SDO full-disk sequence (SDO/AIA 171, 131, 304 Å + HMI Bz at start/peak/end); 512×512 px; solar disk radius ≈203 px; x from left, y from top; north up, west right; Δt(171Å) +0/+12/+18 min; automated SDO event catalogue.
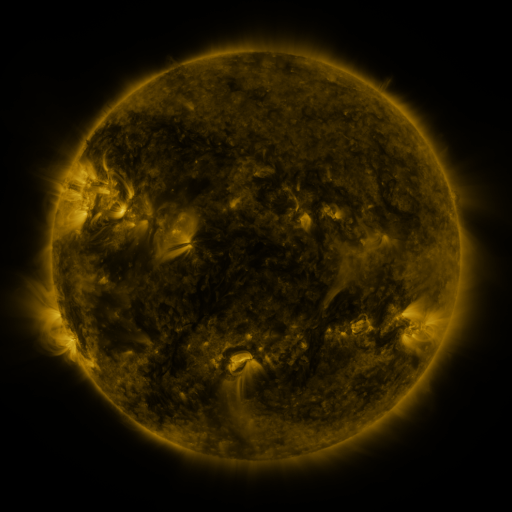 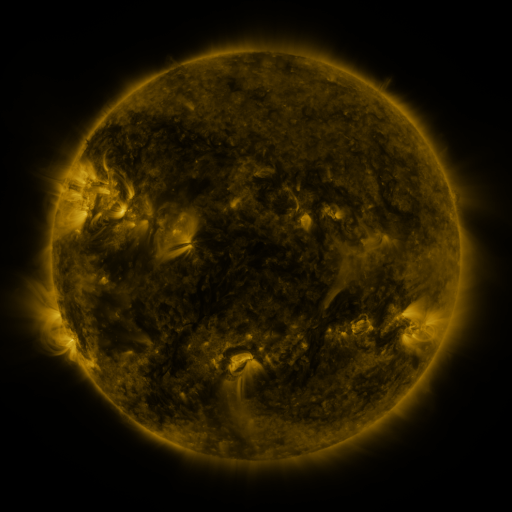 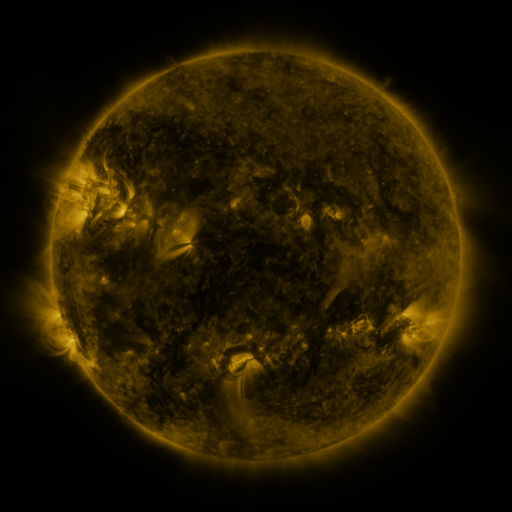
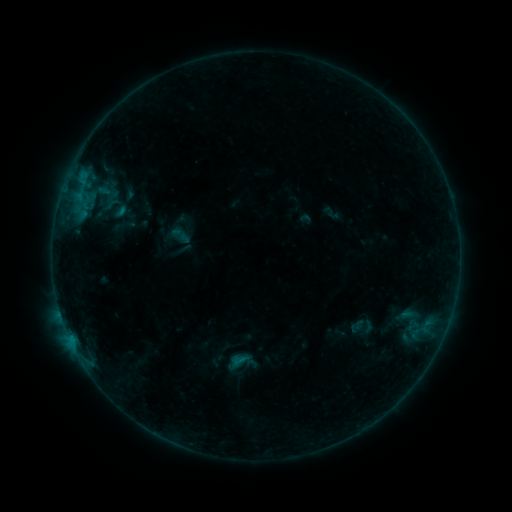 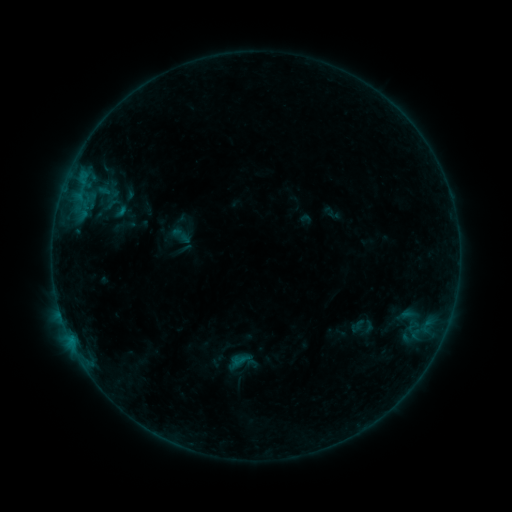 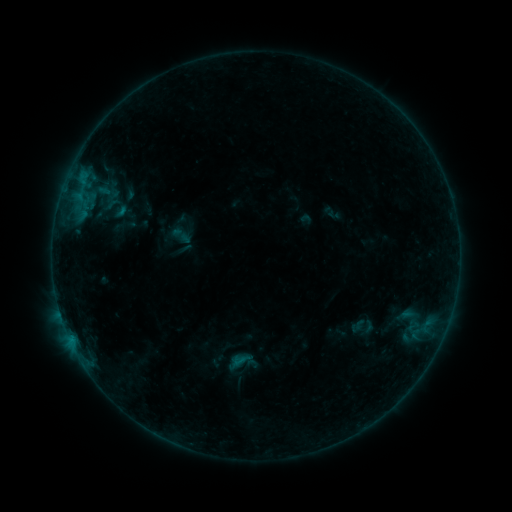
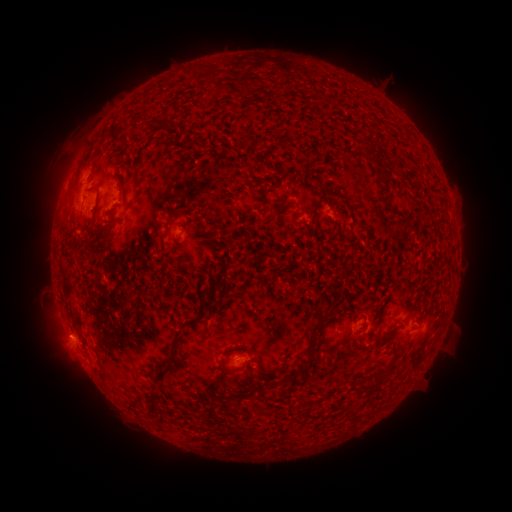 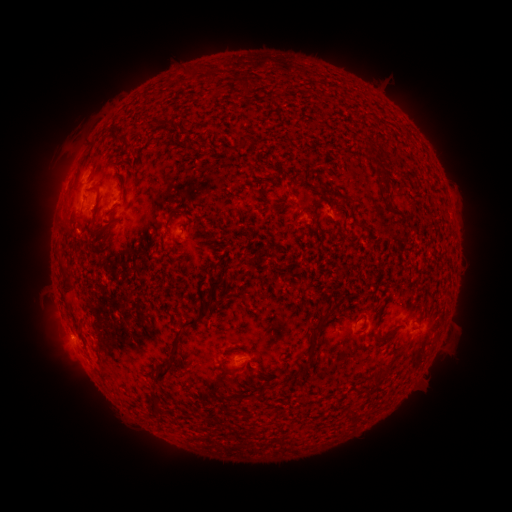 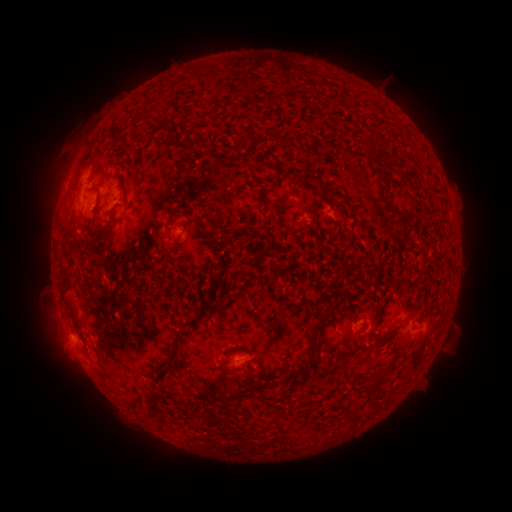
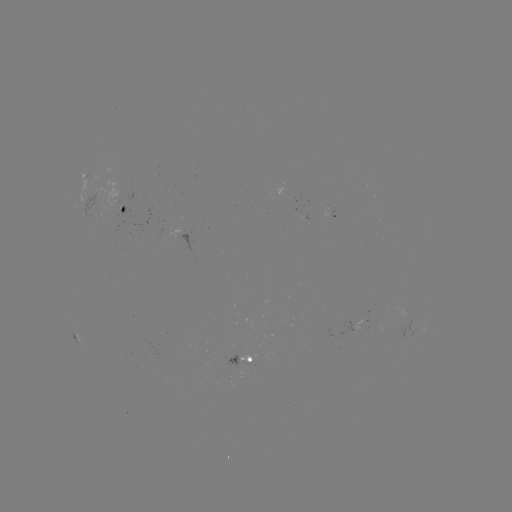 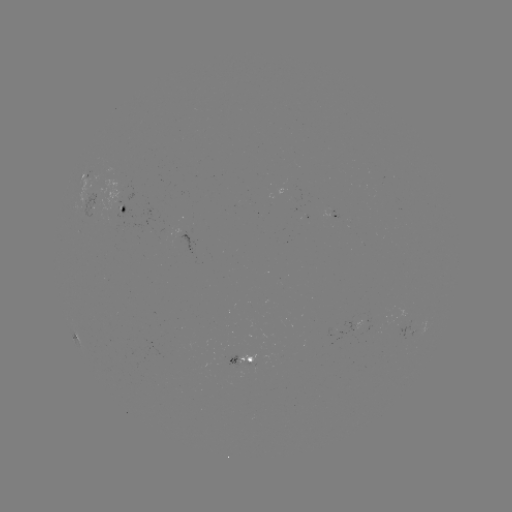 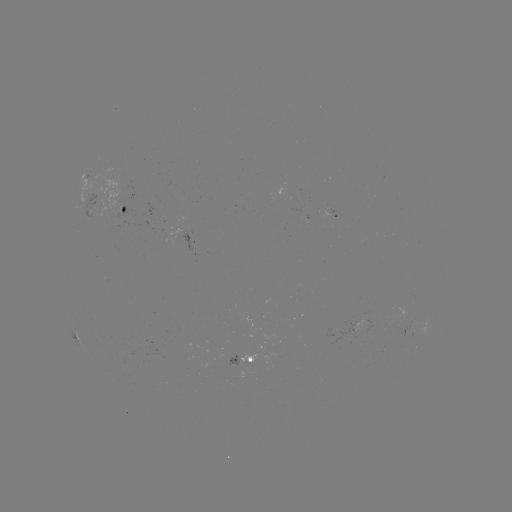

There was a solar eruption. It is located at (76, 308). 